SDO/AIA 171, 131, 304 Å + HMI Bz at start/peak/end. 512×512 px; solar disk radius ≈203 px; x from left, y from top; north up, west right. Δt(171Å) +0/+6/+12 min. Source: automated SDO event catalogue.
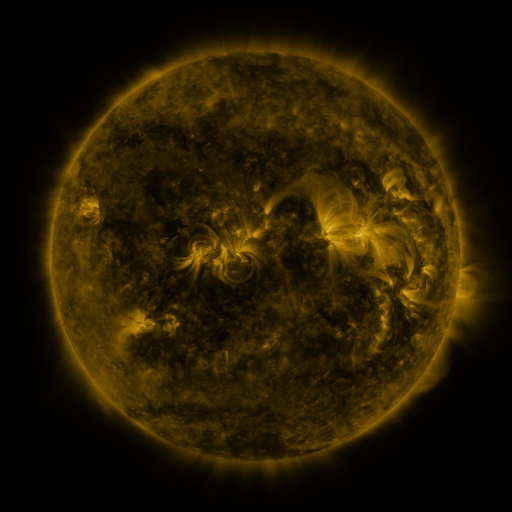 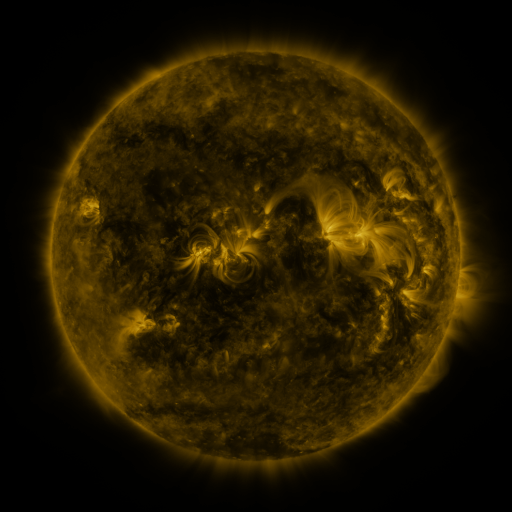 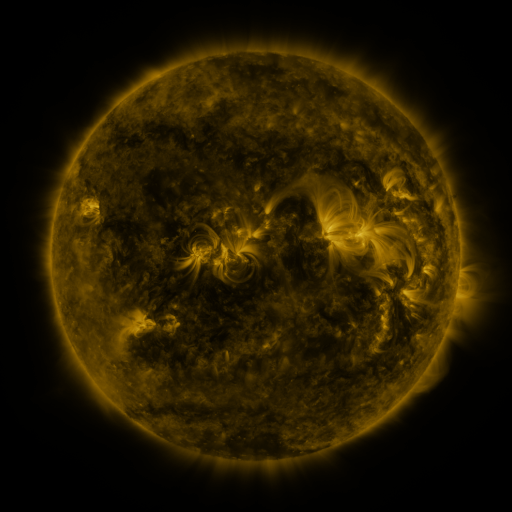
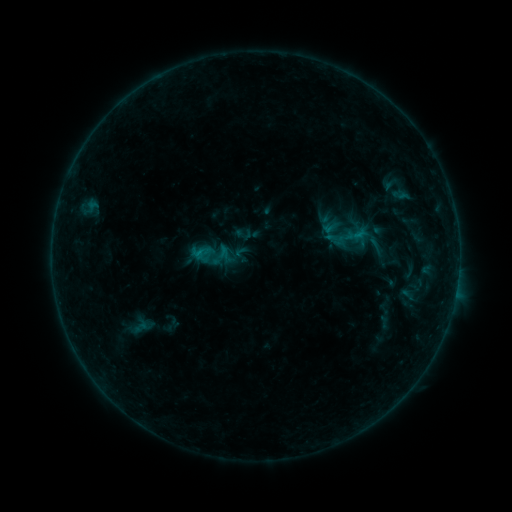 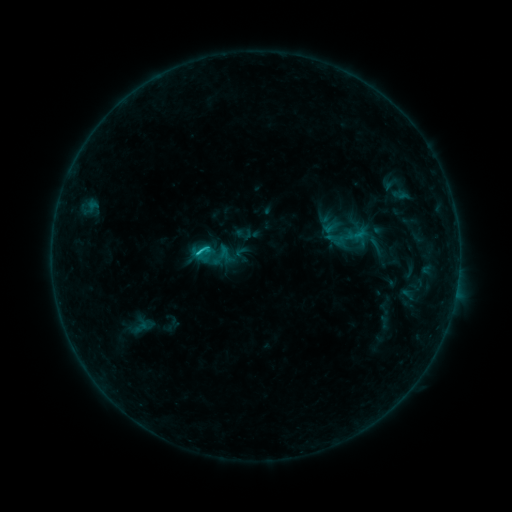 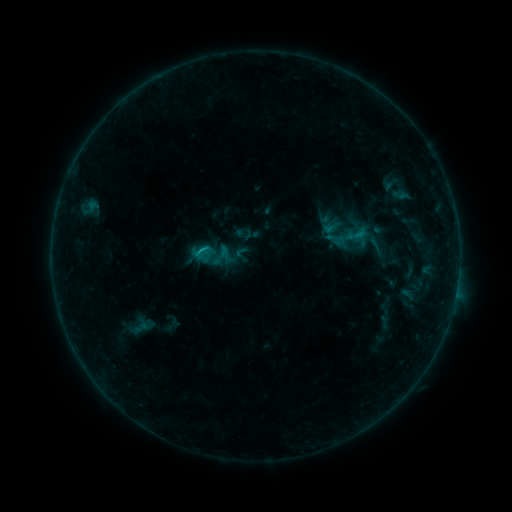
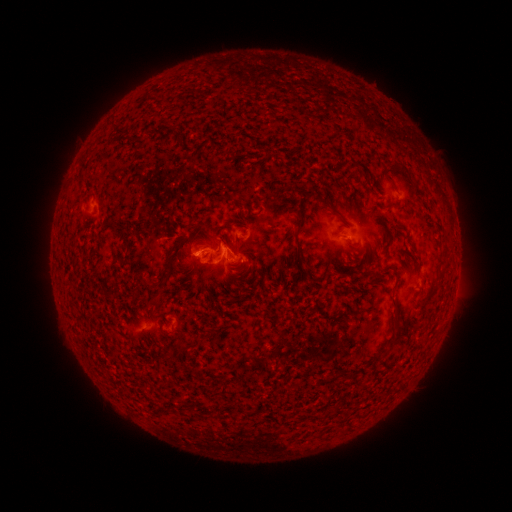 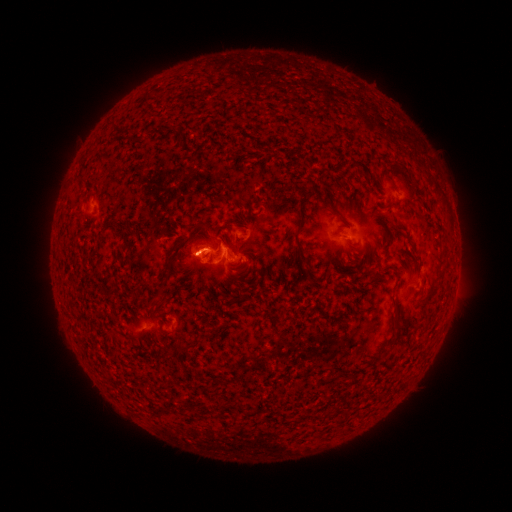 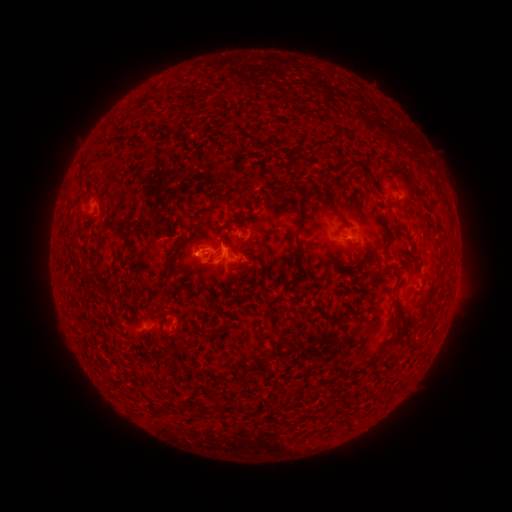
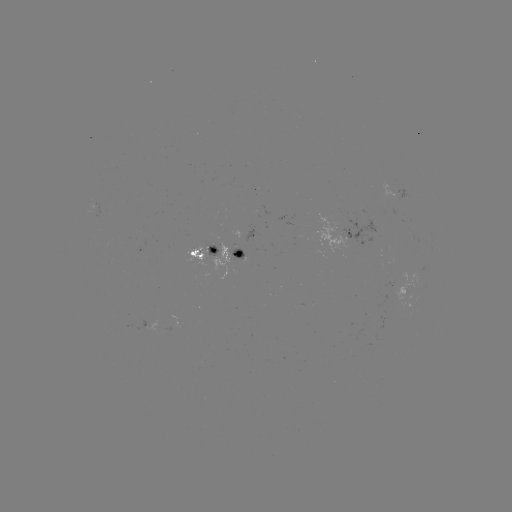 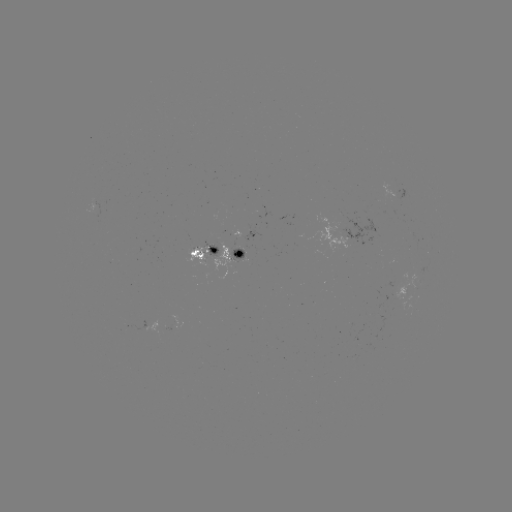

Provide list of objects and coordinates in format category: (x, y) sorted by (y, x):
C1.3 flare: (199, 253)
